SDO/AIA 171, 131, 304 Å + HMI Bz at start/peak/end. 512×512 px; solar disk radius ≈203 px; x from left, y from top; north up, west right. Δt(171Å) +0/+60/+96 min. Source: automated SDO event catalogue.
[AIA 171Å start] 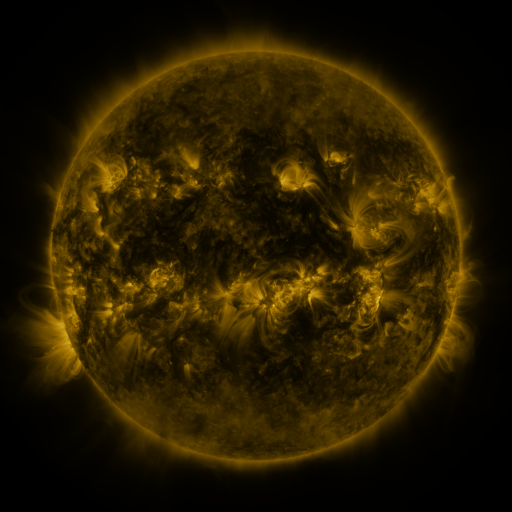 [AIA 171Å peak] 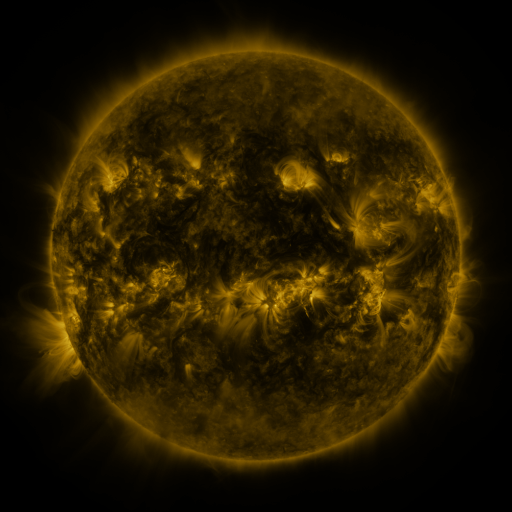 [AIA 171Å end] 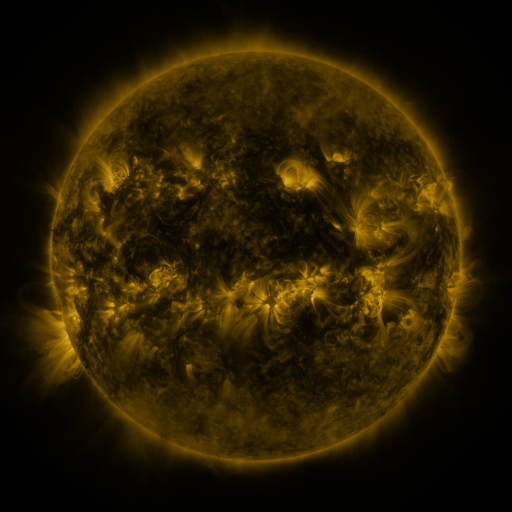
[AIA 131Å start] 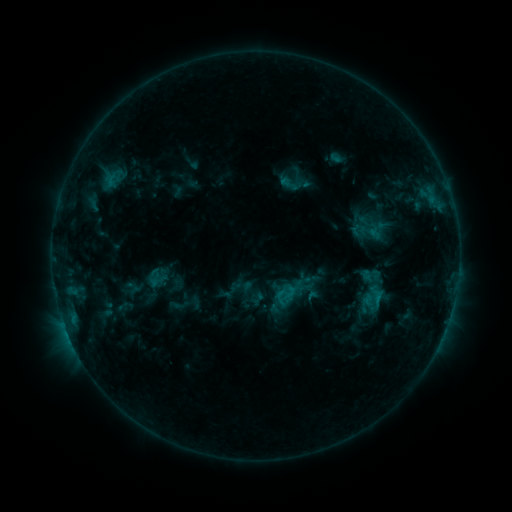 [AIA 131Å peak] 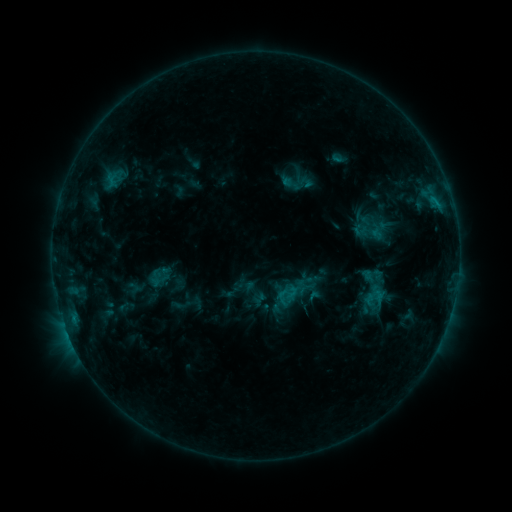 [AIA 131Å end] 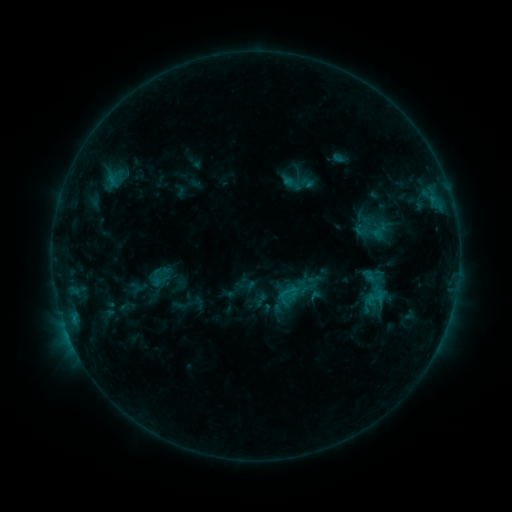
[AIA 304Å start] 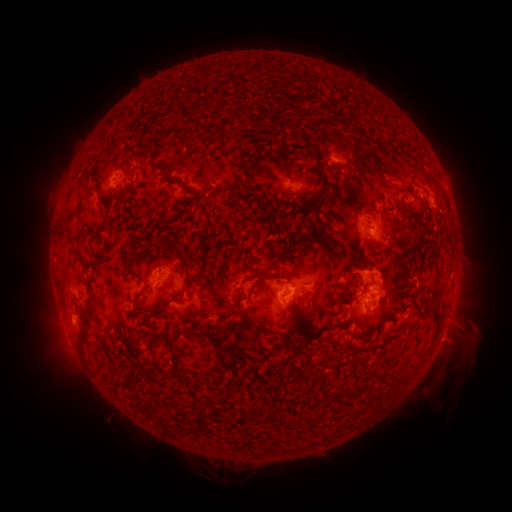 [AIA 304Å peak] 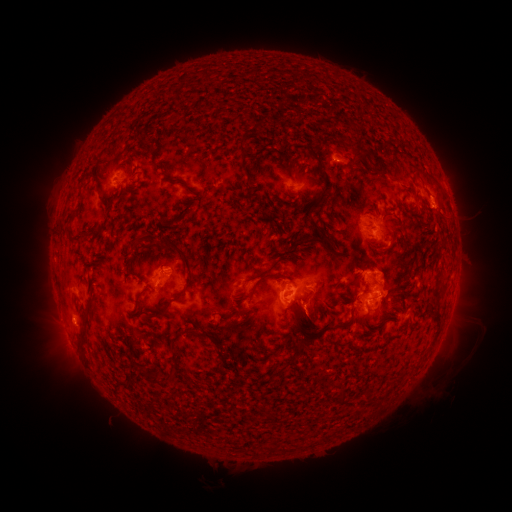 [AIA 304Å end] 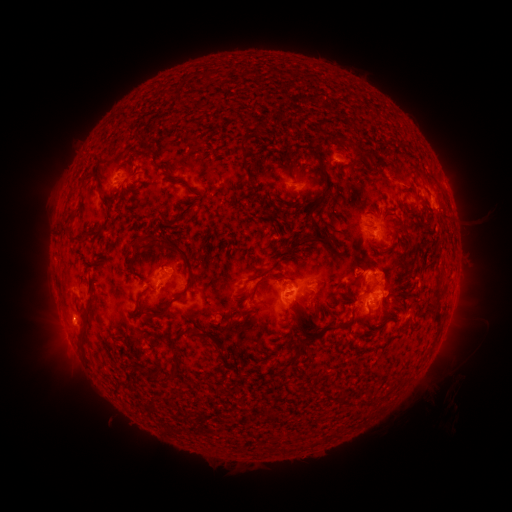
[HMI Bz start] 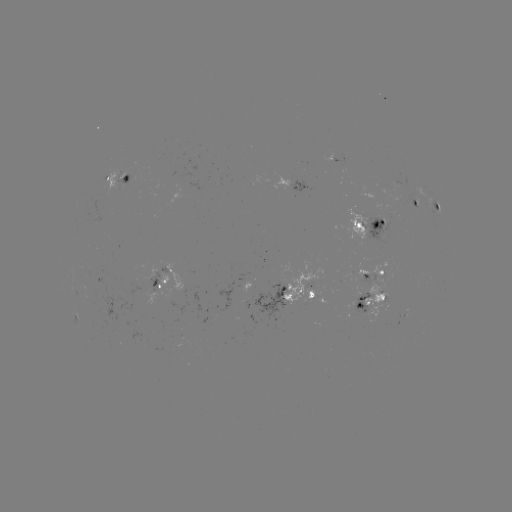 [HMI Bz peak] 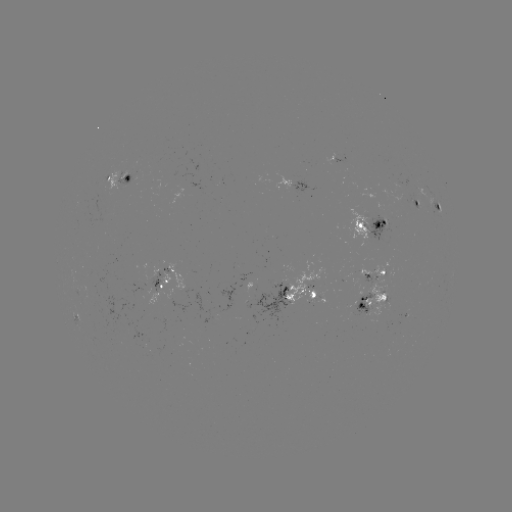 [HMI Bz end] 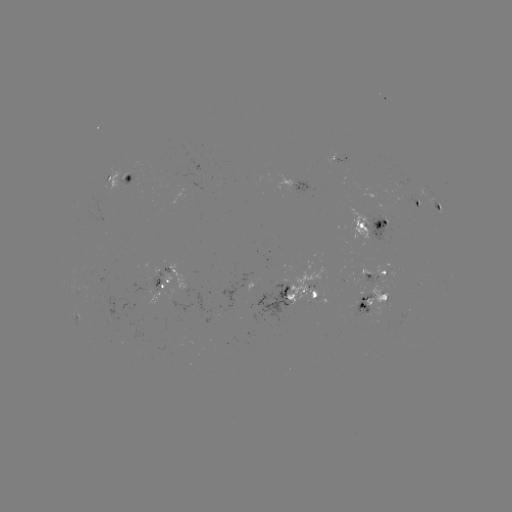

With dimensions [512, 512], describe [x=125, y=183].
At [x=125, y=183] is emerging-flux region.